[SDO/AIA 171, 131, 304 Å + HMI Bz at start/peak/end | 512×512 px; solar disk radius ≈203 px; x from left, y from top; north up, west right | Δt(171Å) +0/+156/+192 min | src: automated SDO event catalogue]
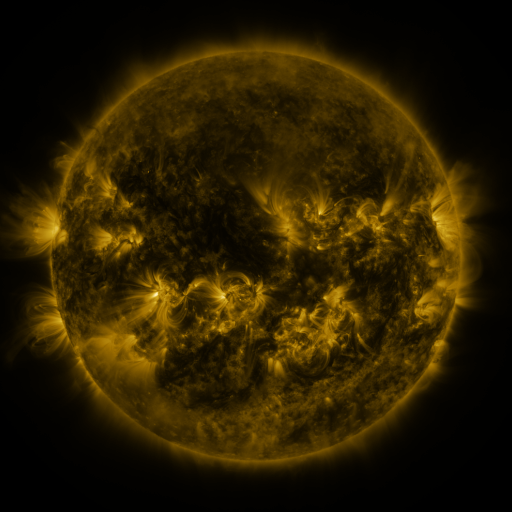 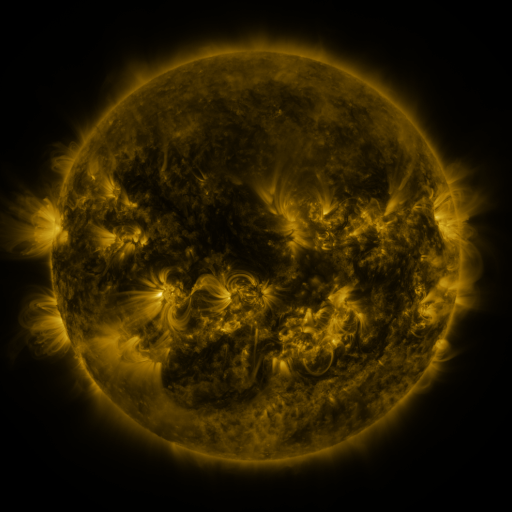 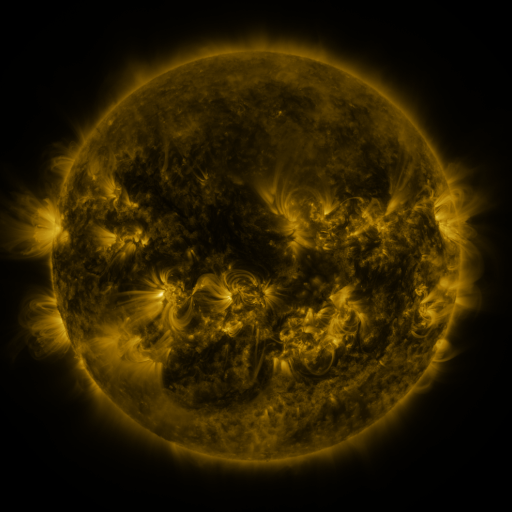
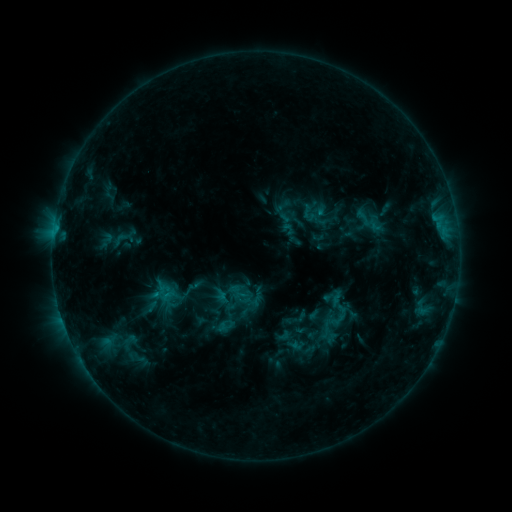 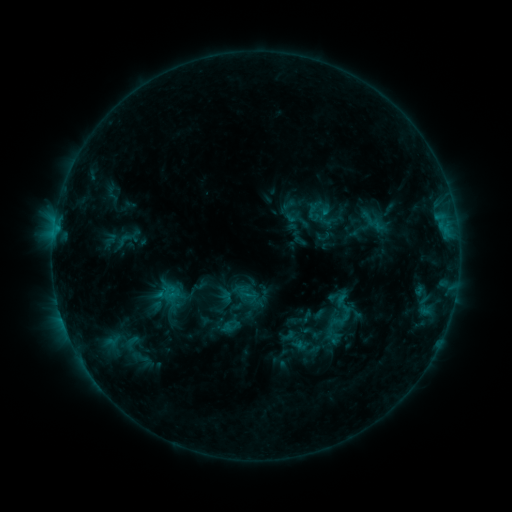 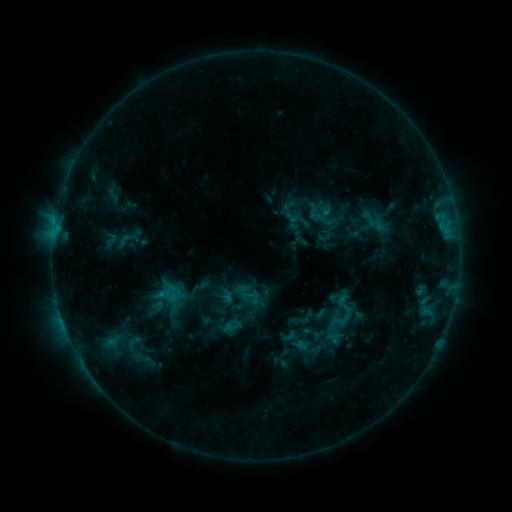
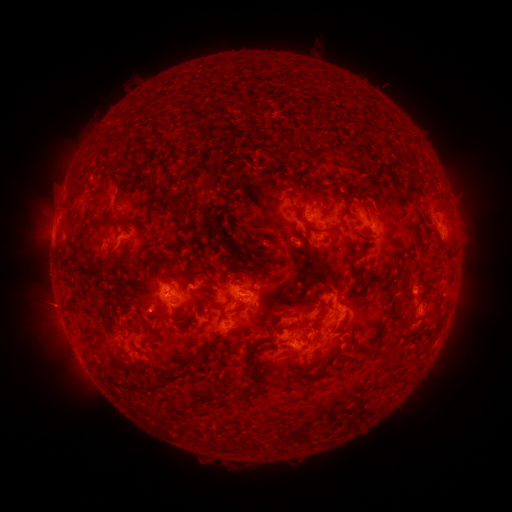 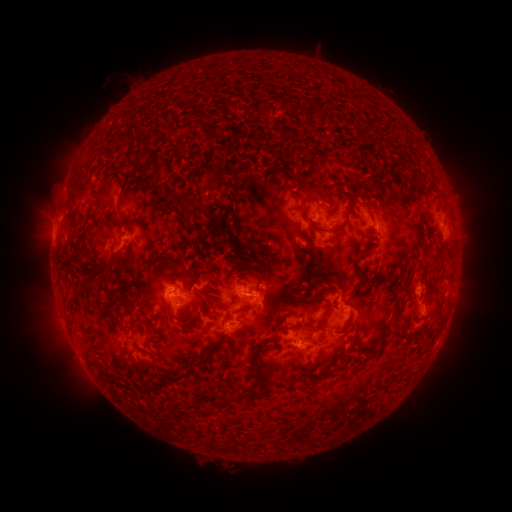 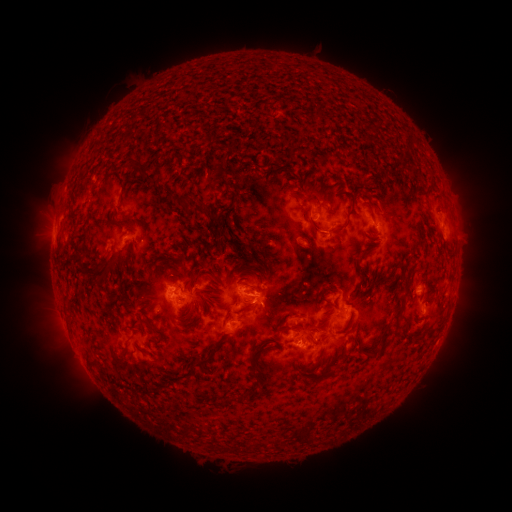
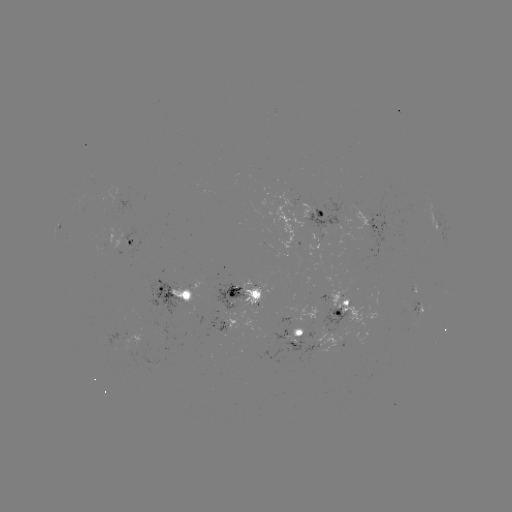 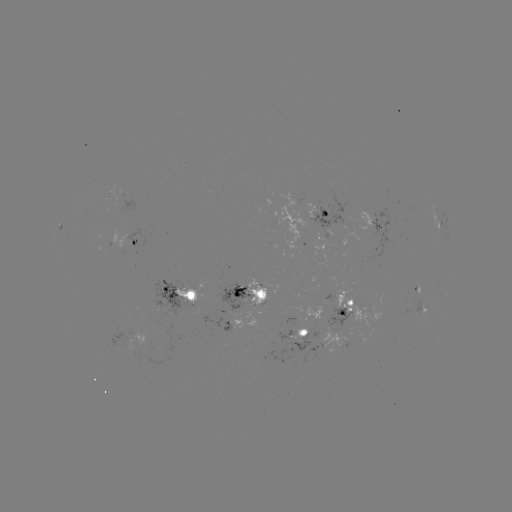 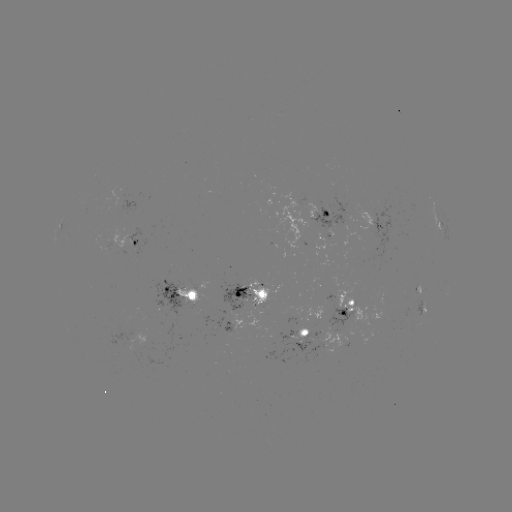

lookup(emerging-flux region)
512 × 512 (311, 347)